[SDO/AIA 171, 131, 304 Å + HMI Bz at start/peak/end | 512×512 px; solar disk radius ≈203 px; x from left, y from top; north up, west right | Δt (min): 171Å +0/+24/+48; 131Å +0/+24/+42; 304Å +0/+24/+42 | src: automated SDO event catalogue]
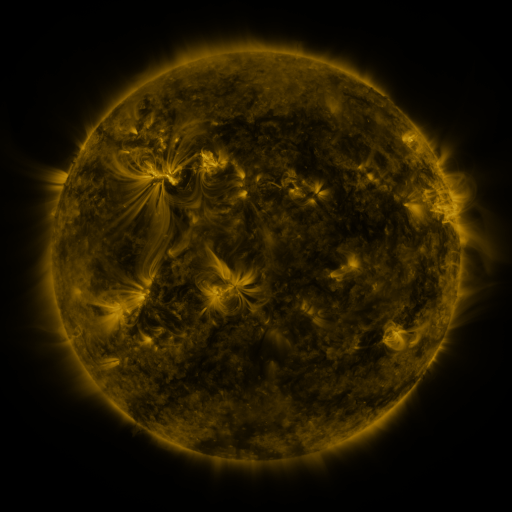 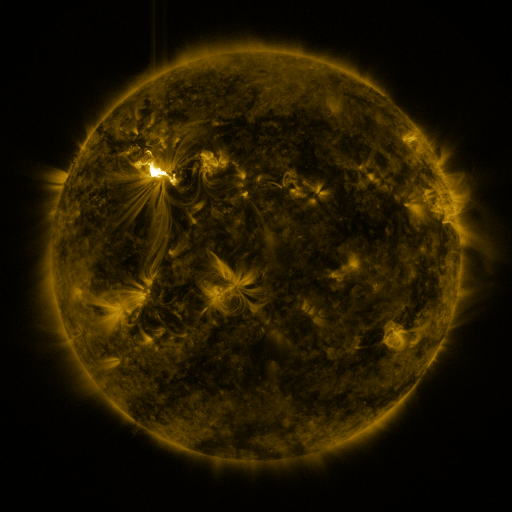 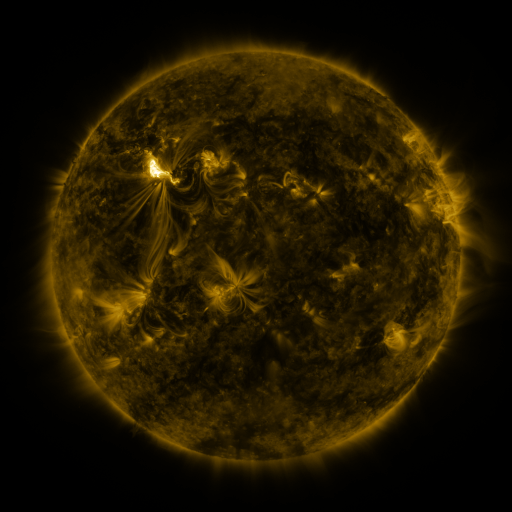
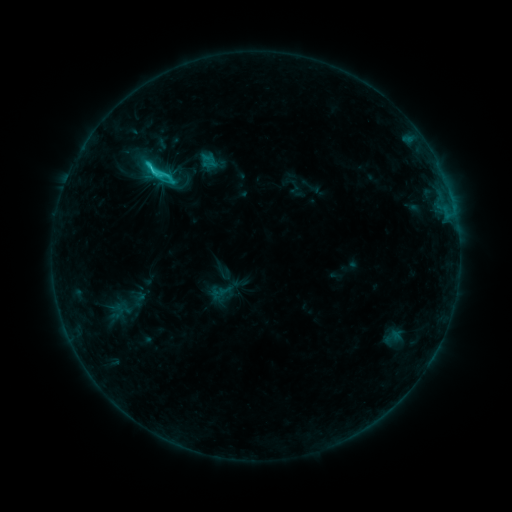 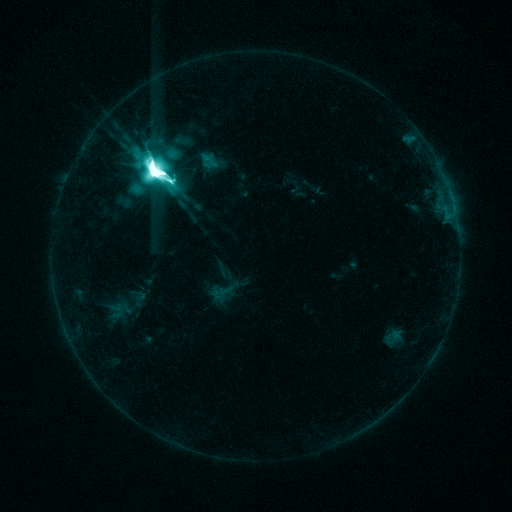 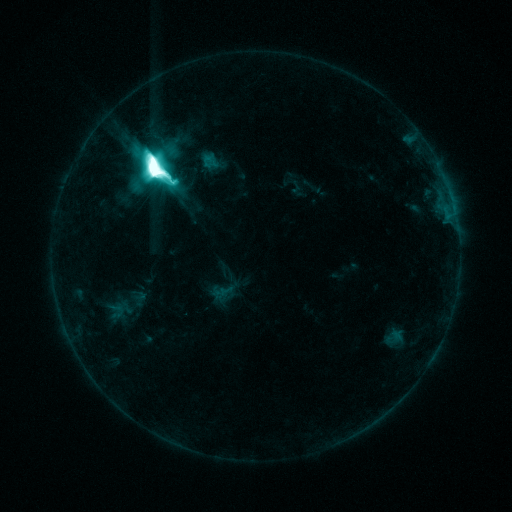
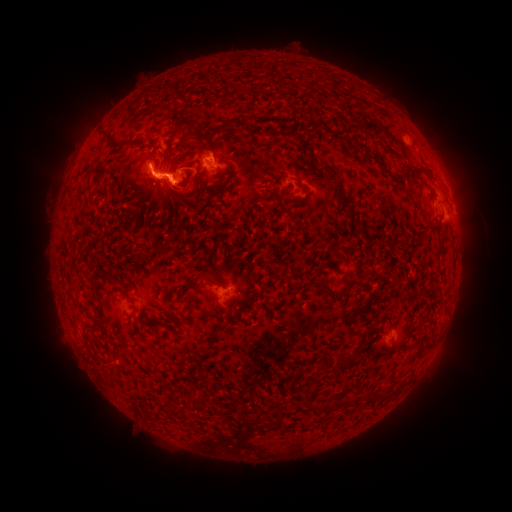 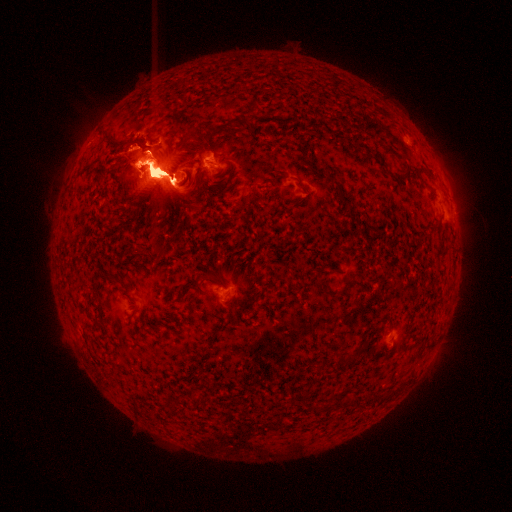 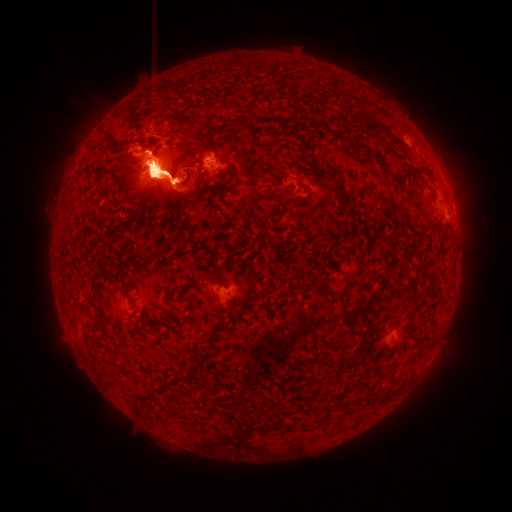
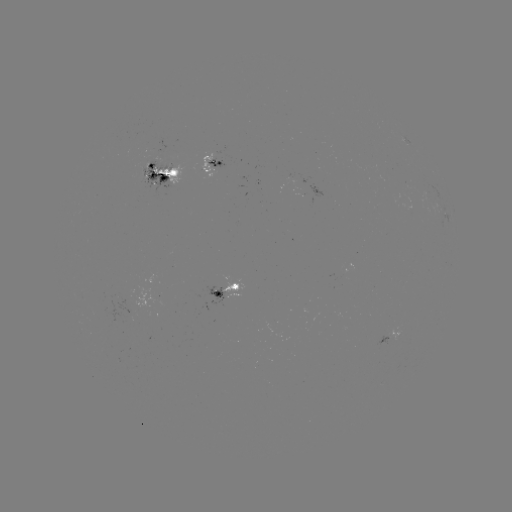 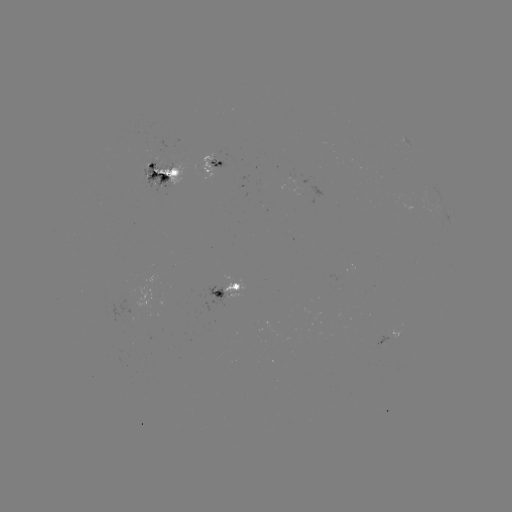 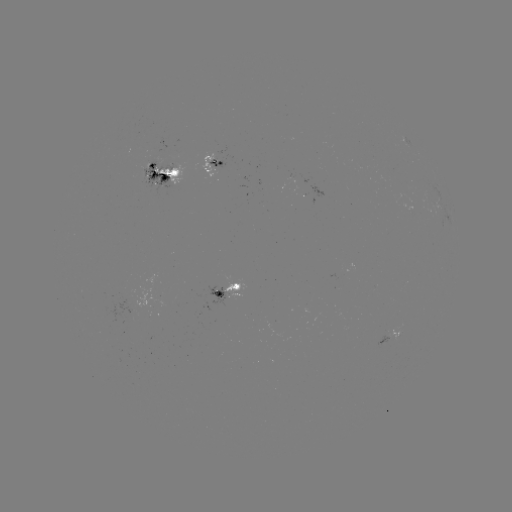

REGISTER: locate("X5.4 flare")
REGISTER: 156,172